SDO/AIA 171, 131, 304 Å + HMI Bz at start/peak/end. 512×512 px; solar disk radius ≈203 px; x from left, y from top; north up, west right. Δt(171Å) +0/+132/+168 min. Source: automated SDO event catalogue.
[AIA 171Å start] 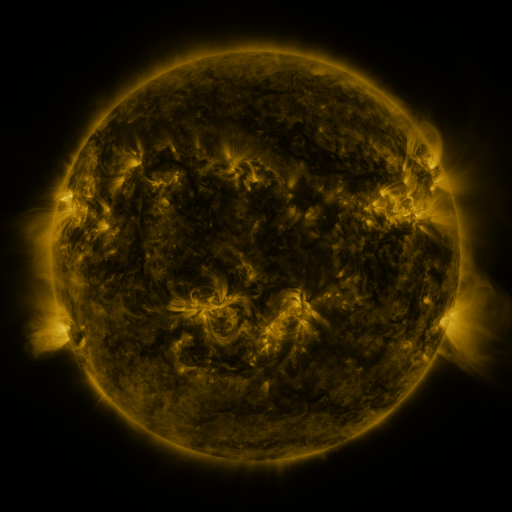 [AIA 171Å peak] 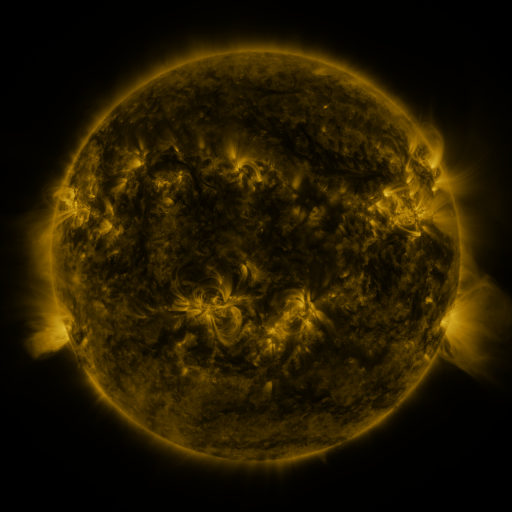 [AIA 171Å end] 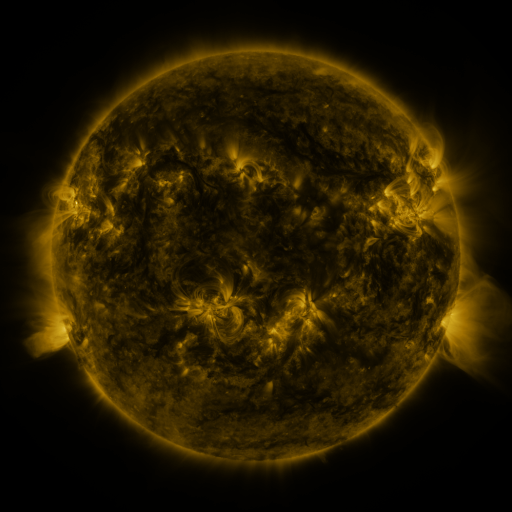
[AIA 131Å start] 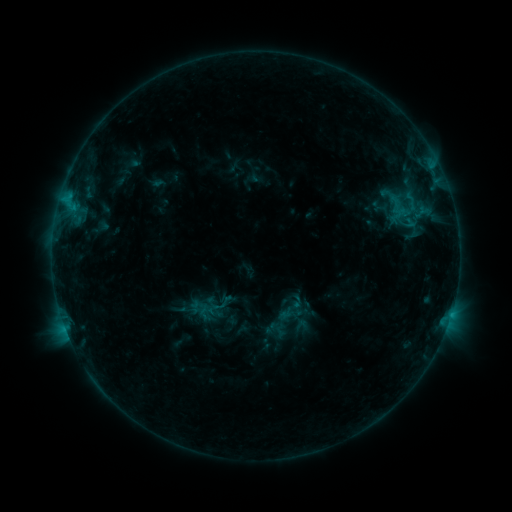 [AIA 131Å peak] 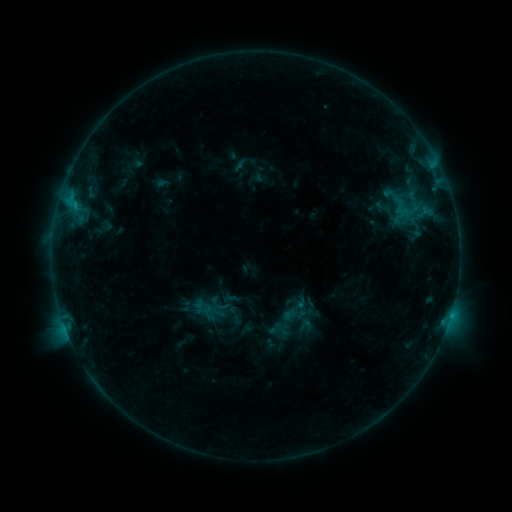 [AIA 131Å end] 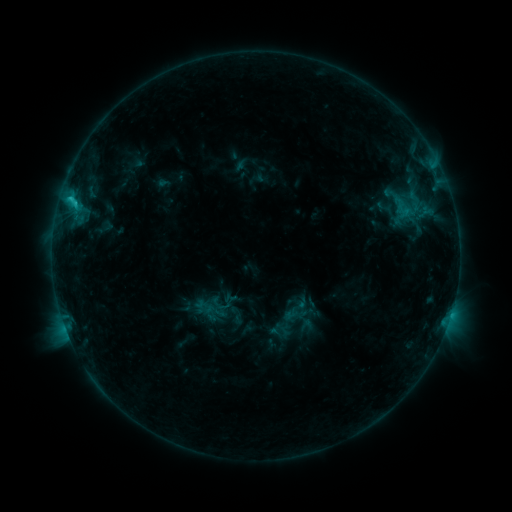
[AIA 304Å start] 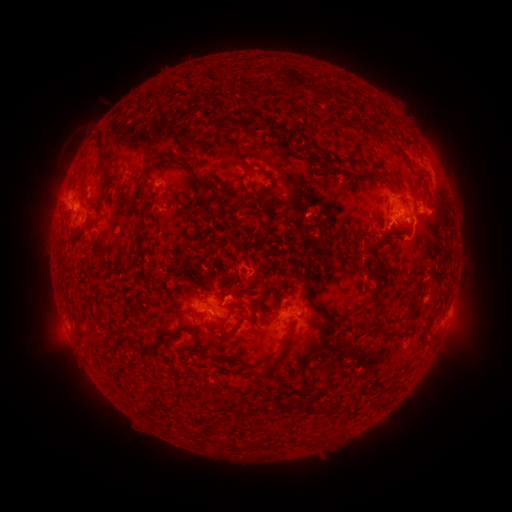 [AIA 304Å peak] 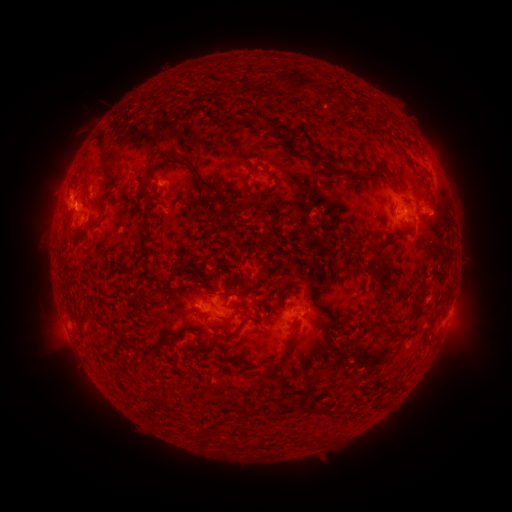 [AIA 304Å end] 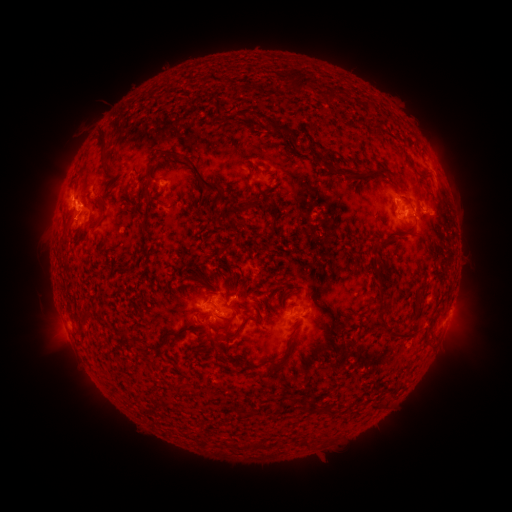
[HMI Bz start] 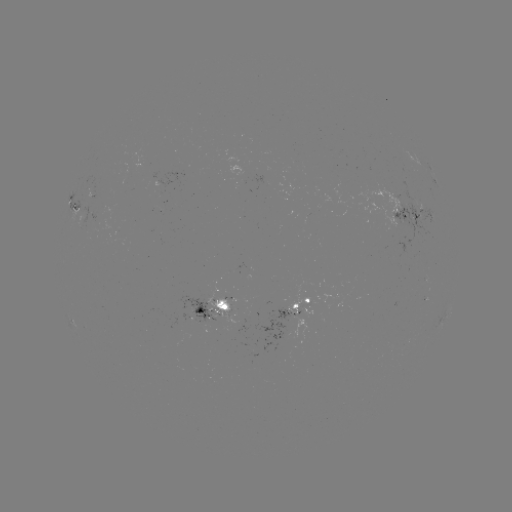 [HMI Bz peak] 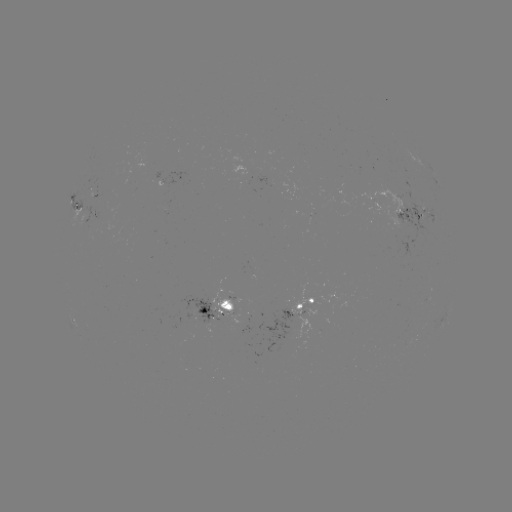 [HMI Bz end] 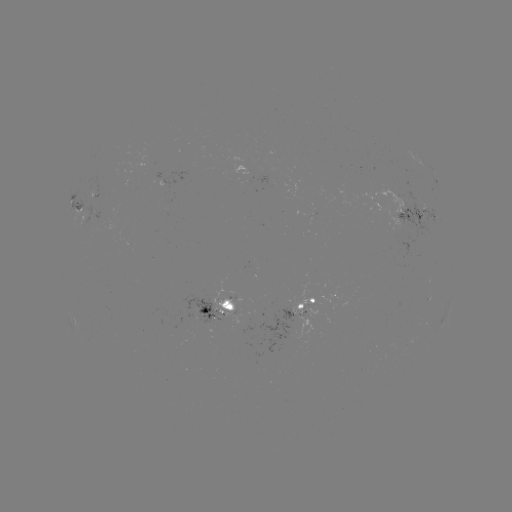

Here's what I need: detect emerging-flux region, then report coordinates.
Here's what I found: emerging-flux region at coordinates [166, 180].